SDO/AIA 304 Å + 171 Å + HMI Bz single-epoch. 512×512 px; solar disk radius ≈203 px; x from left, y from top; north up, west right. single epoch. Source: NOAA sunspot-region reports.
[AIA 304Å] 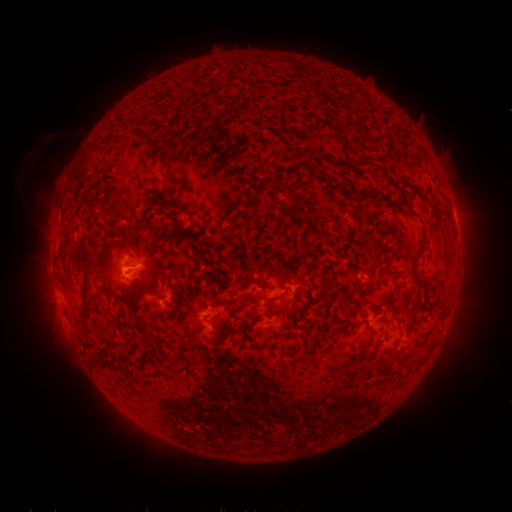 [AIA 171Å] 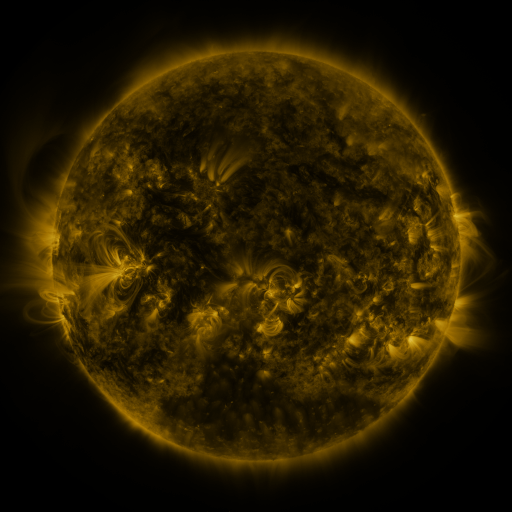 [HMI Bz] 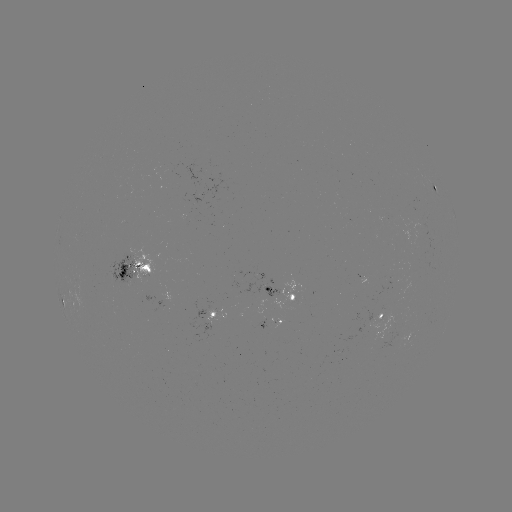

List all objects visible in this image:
spotted active region: (435, 186)
spotted active region: (139, 271)
spotted active region: (287, 291)
spotted active region: (64, 302)
spotted active region: (384, 314)
spotted active region: (219, 315)
spotted active region: (272, 322)
